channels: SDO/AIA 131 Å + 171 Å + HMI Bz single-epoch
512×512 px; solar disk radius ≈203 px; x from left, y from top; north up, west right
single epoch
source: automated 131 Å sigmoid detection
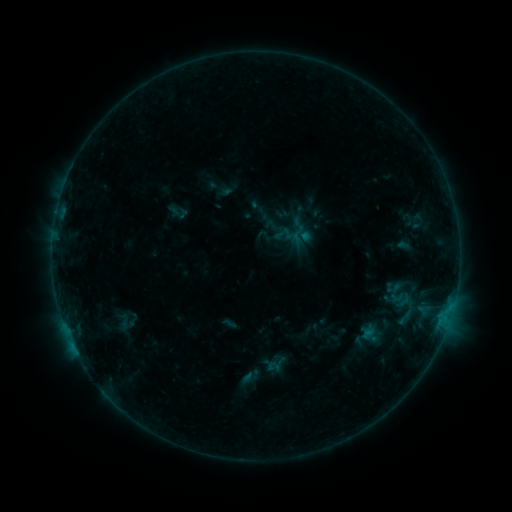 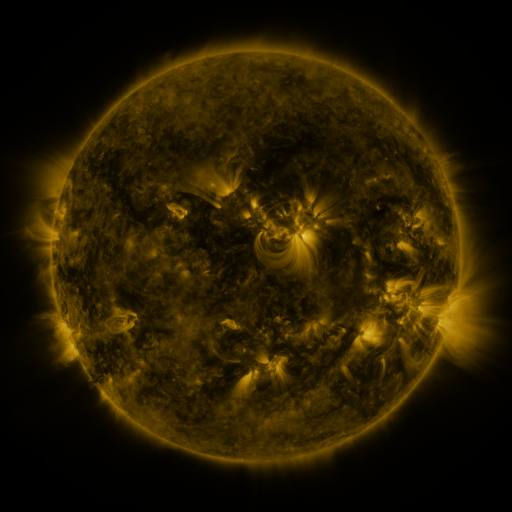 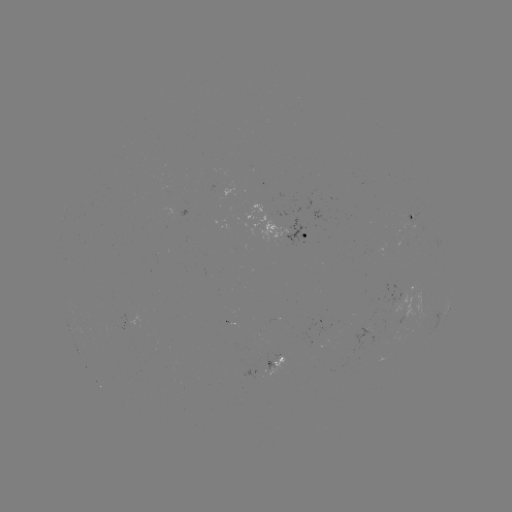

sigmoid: [108, 304, 143, 335]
